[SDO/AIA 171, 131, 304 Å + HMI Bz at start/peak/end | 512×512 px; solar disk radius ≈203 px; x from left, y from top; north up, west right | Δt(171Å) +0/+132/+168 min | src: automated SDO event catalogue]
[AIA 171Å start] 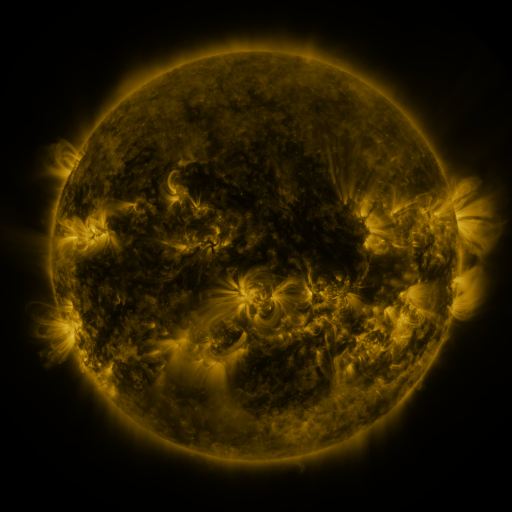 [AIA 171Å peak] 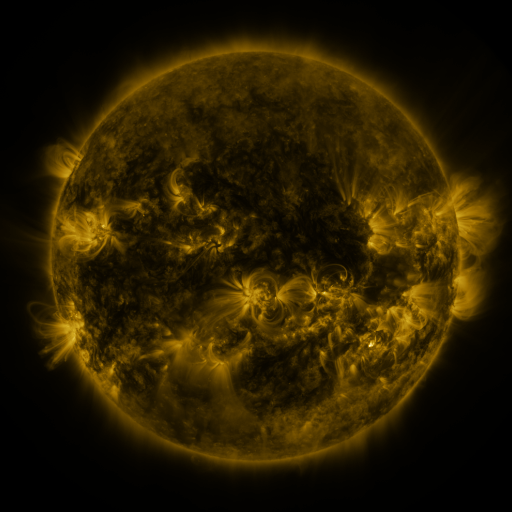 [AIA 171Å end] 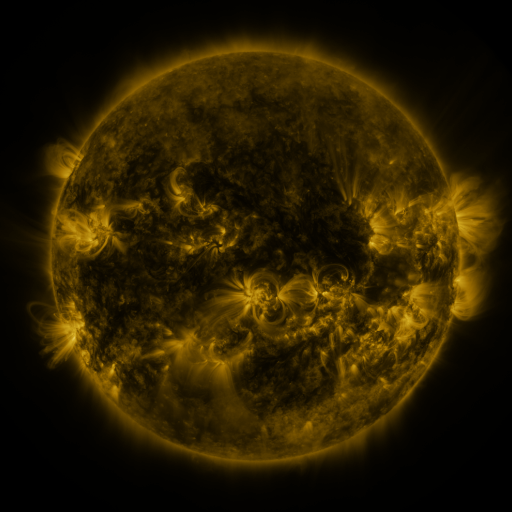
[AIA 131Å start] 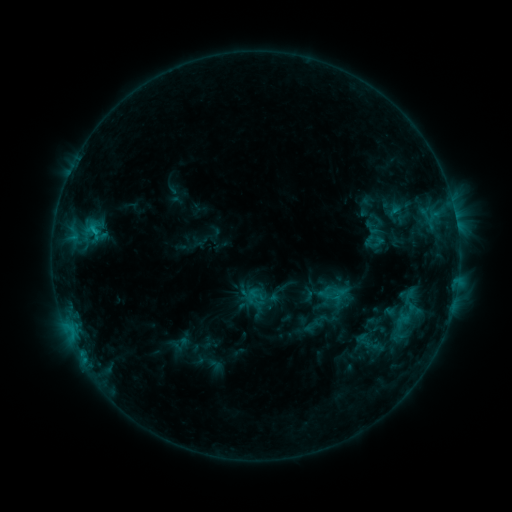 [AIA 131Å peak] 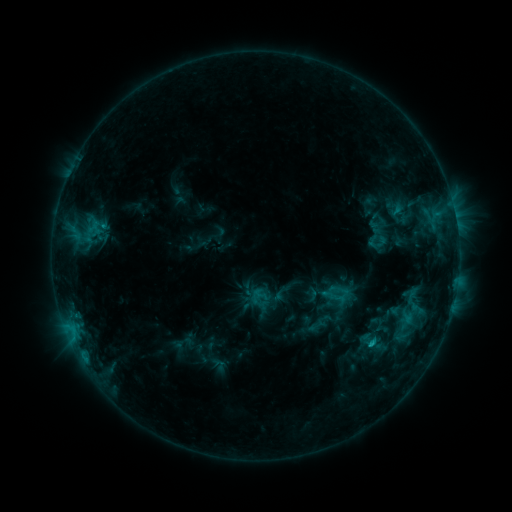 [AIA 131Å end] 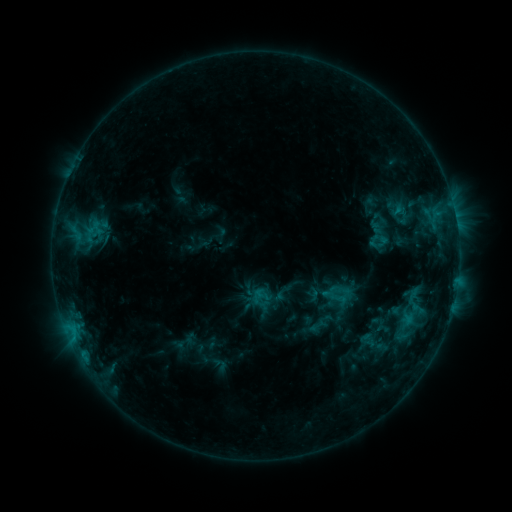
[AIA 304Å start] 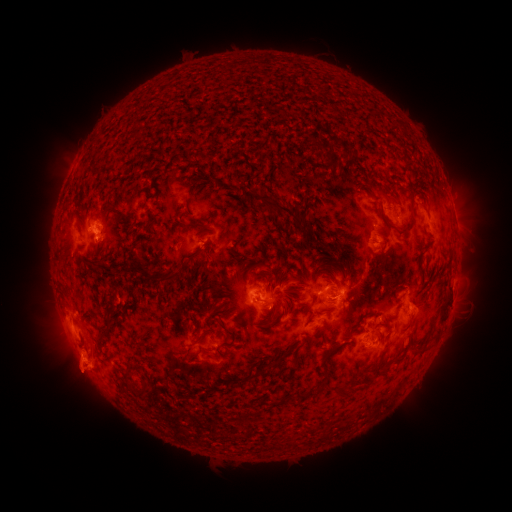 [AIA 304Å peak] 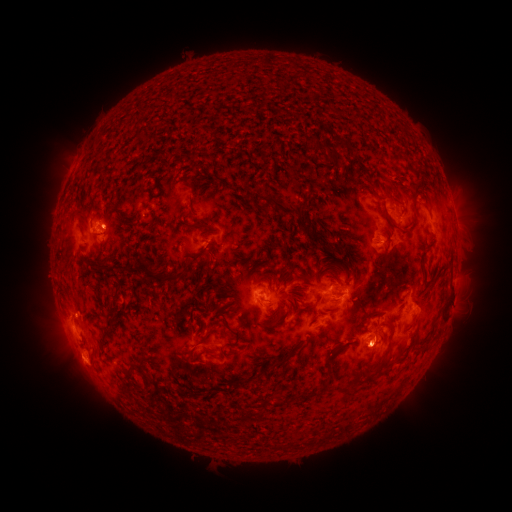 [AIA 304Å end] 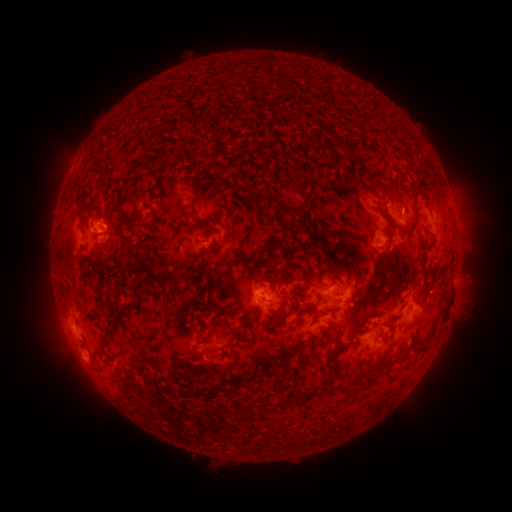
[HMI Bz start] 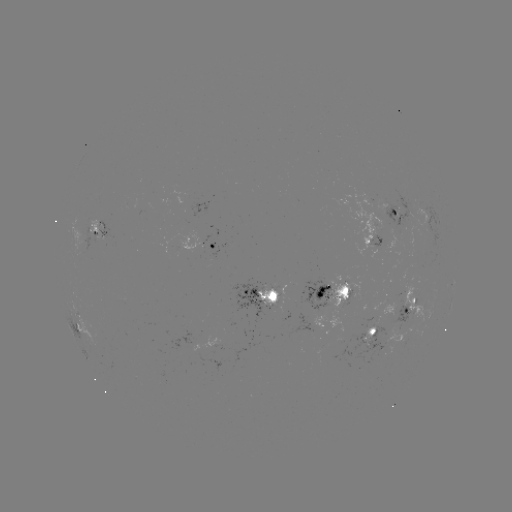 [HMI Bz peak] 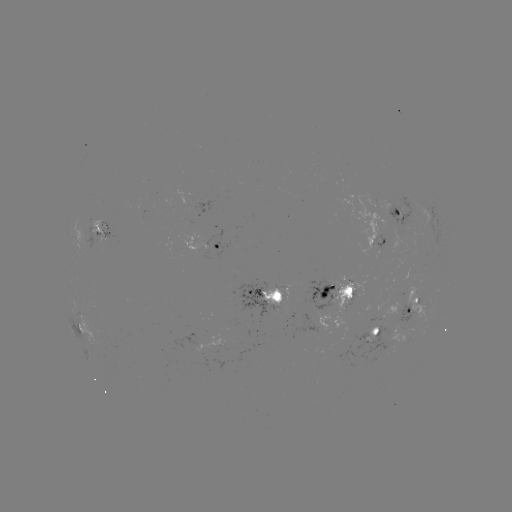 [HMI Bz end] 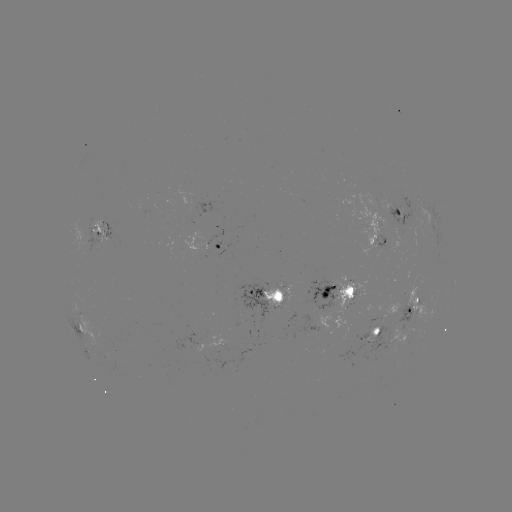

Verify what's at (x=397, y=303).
emerging-flux region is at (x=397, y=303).